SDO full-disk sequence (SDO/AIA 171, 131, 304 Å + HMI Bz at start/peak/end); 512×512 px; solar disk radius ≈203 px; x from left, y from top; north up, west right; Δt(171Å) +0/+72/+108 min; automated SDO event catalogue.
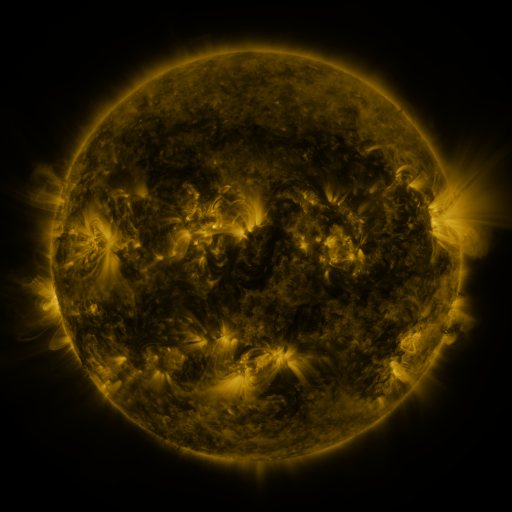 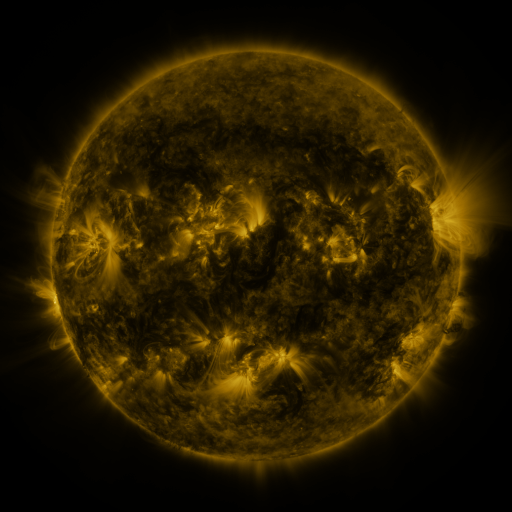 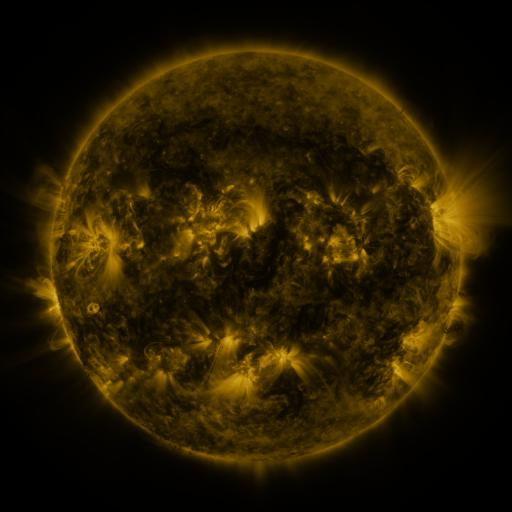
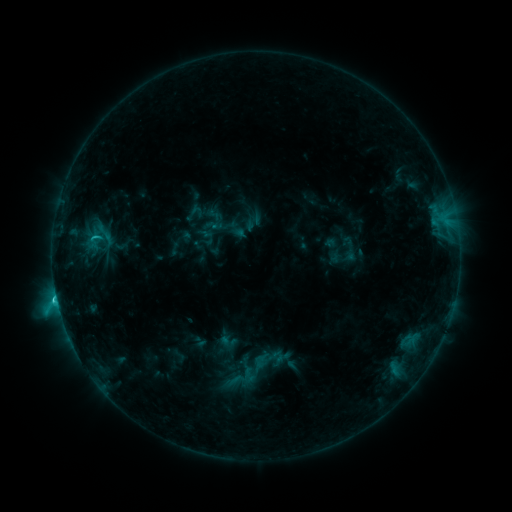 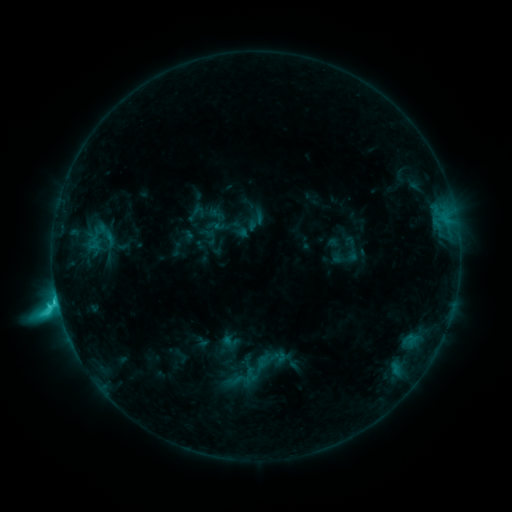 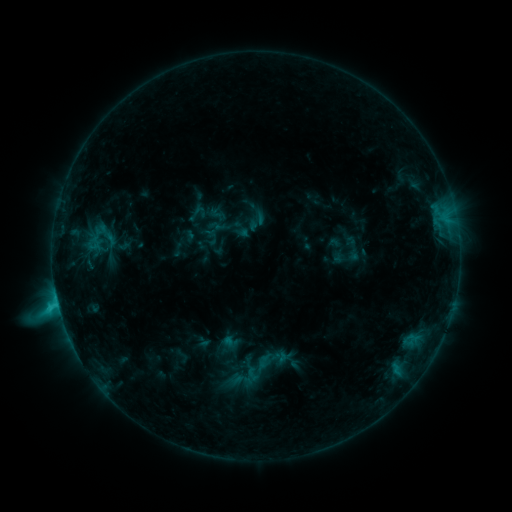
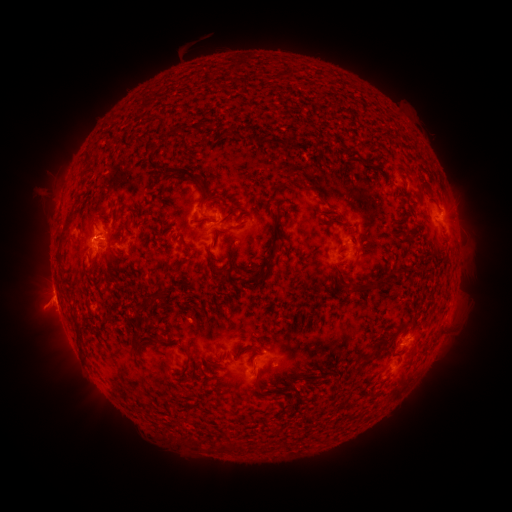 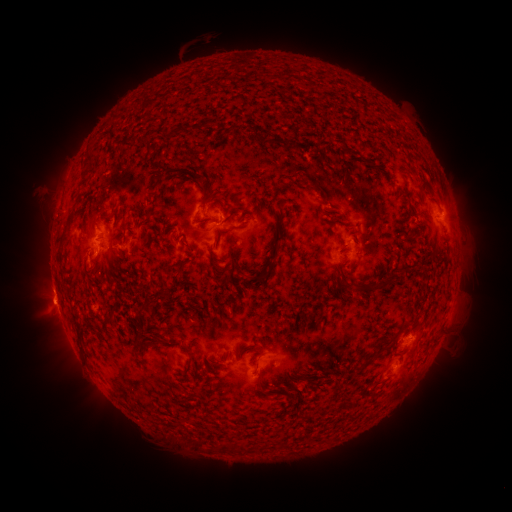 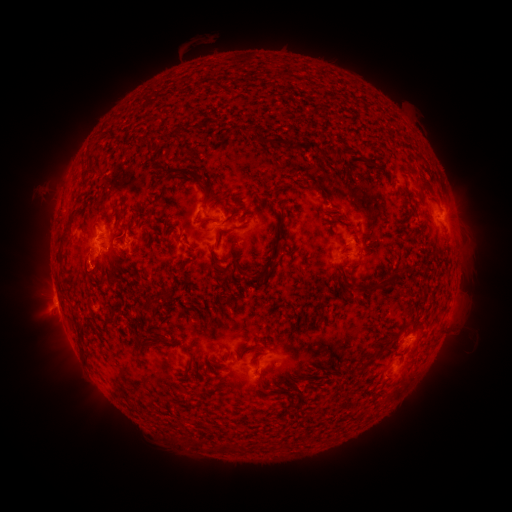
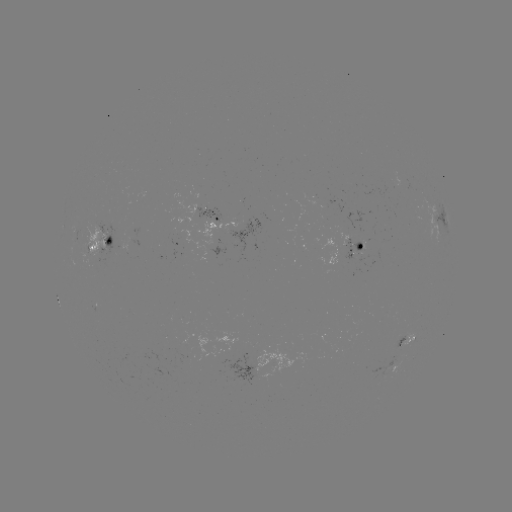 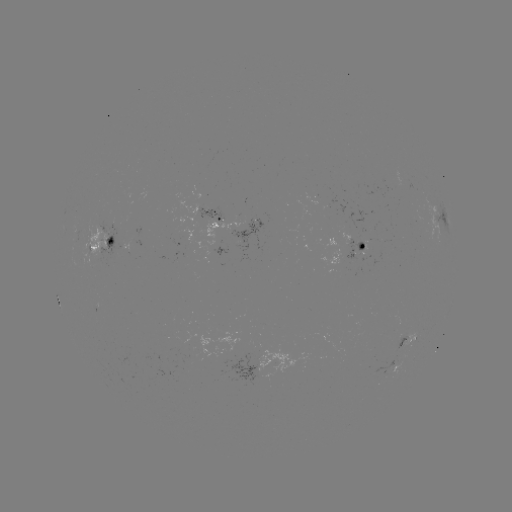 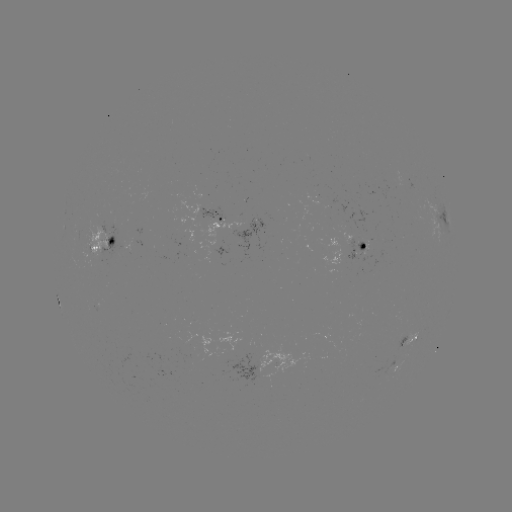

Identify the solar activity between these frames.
emerging-flux region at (209, 211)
